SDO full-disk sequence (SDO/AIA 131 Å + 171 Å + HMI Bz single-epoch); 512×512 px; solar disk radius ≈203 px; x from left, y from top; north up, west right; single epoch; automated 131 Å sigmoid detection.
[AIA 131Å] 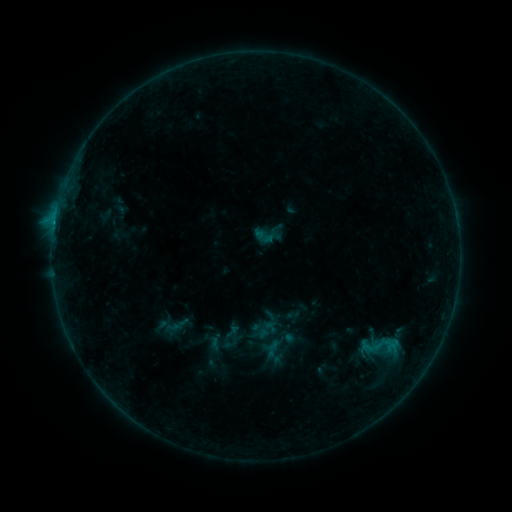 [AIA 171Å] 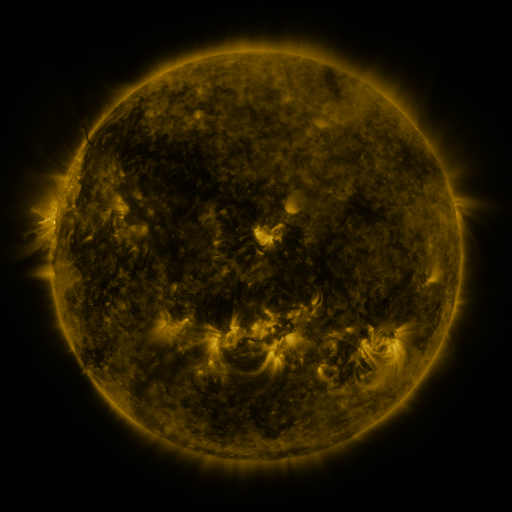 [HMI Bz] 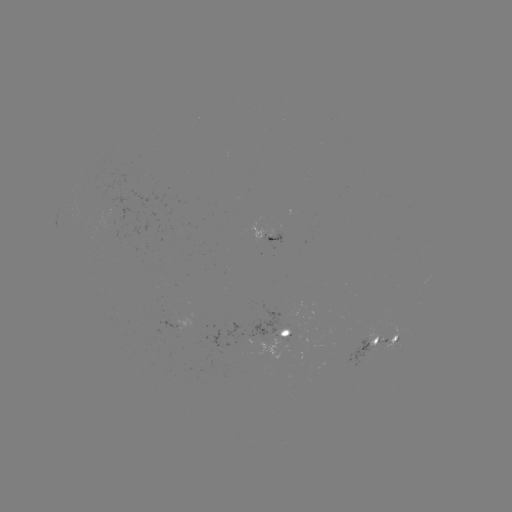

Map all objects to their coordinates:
sigmoid: <bbox>252, 219, 284, 251</bbox>
sigmoid: <bbox>249, 316, 291, 359</bbox>
